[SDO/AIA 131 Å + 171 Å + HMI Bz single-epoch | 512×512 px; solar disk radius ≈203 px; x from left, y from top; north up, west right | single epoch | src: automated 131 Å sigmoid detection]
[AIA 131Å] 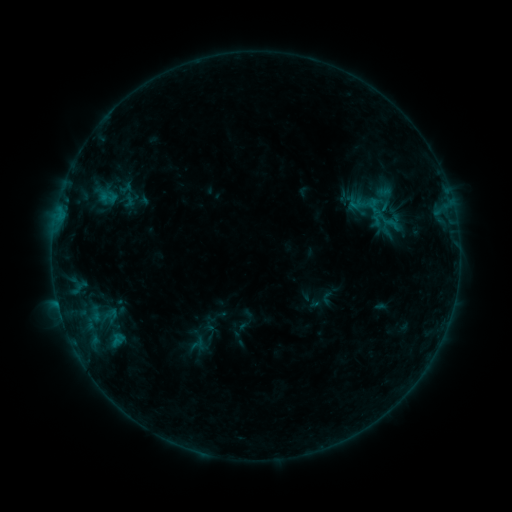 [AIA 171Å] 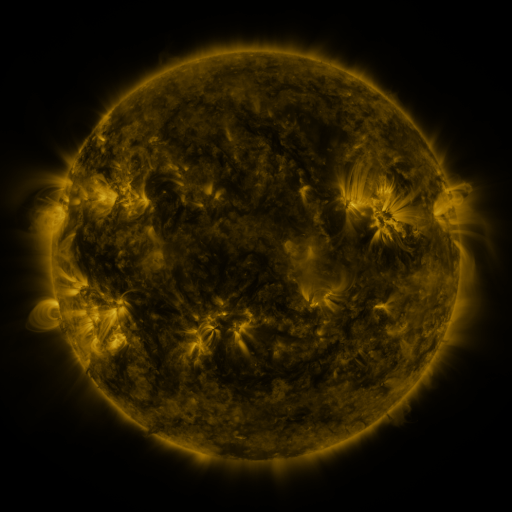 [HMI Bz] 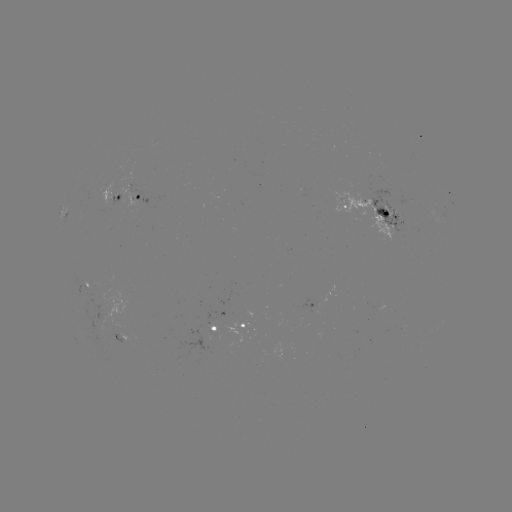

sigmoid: (98, 187, 118, 207)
